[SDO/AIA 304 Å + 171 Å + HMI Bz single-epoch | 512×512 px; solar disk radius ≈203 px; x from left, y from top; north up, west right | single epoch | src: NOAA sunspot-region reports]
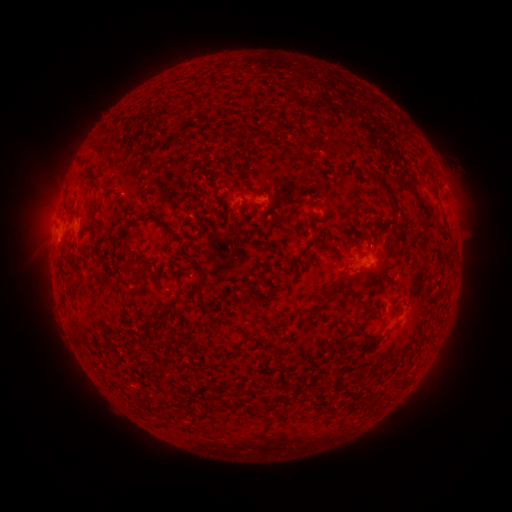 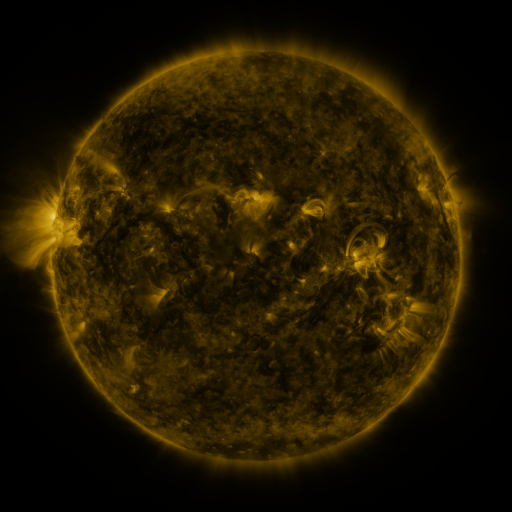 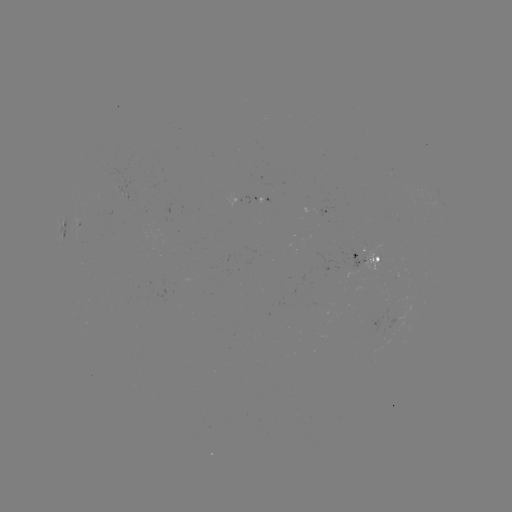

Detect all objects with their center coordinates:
spotted active region: (256, 202)
spotted active region: (325, 214)
spotted active region: (369, 259)
